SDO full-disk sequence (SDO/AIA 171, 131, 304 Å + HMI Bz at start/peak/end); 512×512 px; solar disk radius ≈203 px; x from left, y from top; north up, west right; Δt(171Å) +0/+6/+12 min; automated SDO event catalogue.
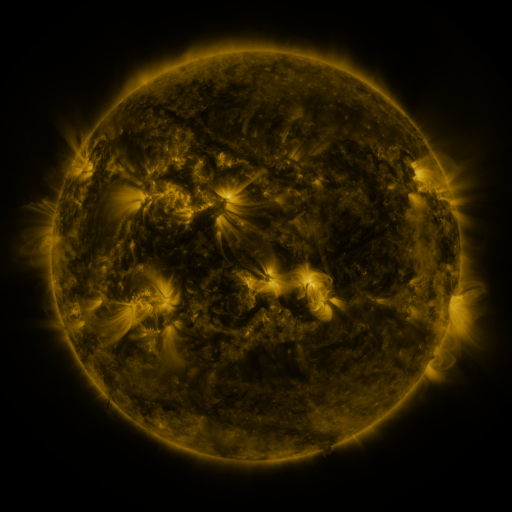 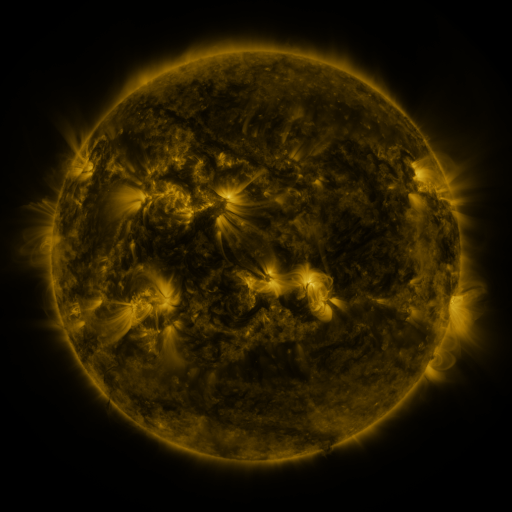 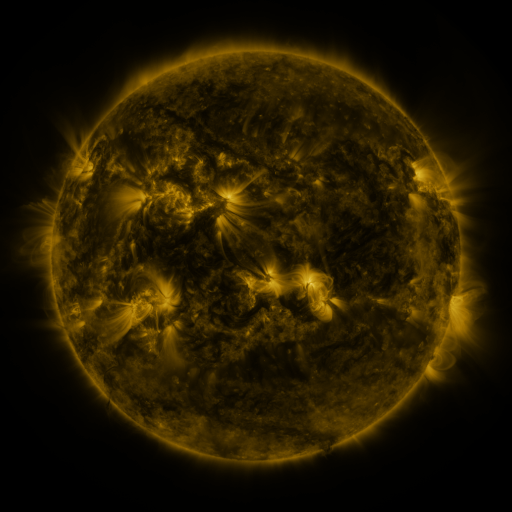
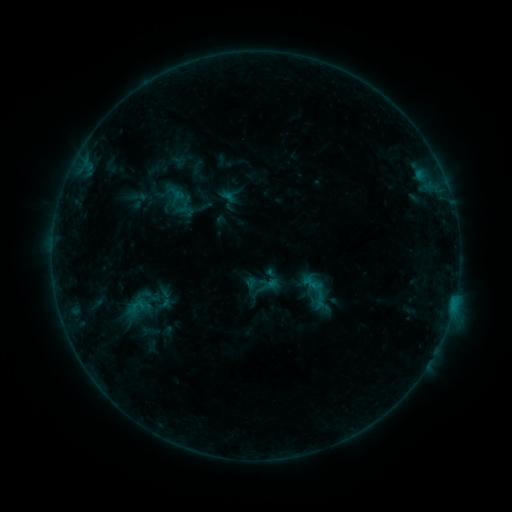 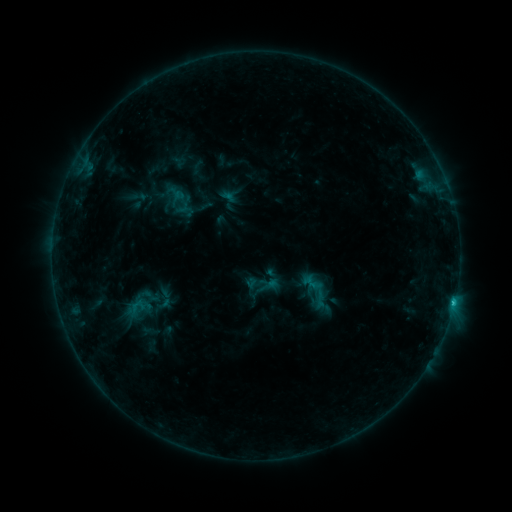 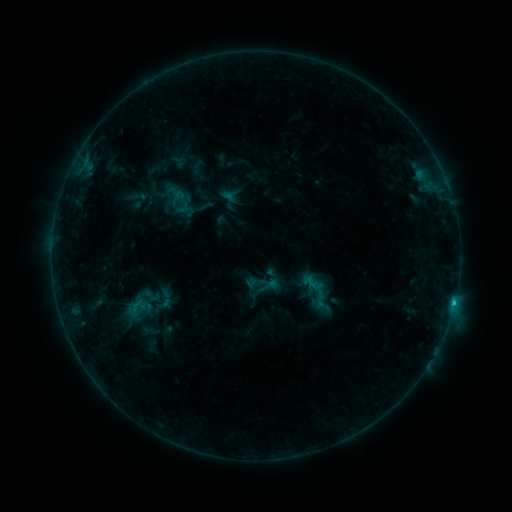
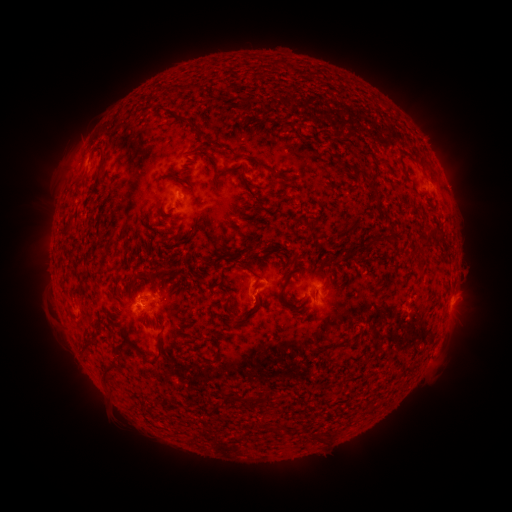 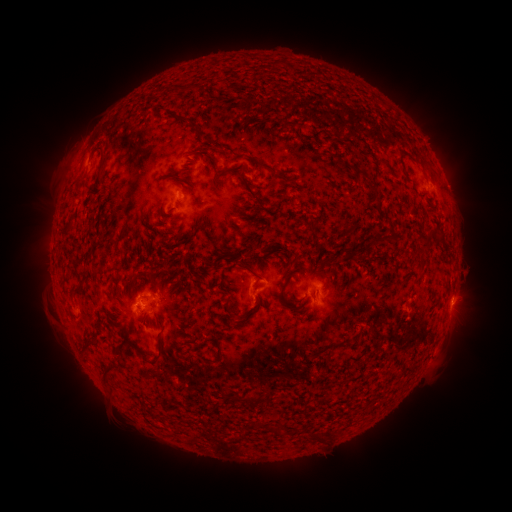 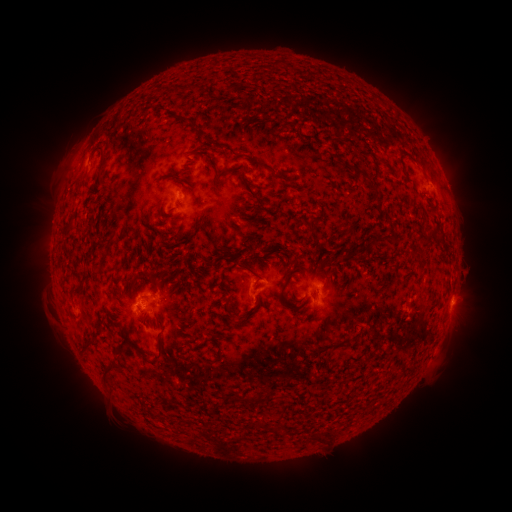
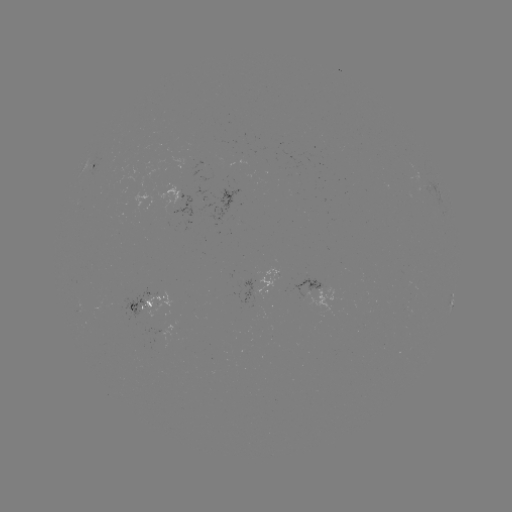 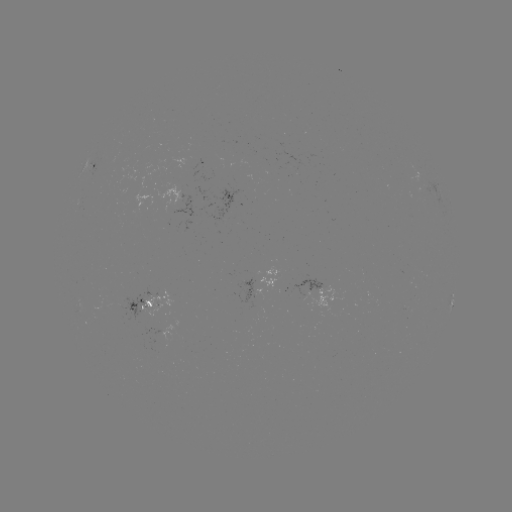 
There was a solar flare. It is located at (453, 300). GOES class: C1.5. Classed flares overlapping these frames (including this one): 1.